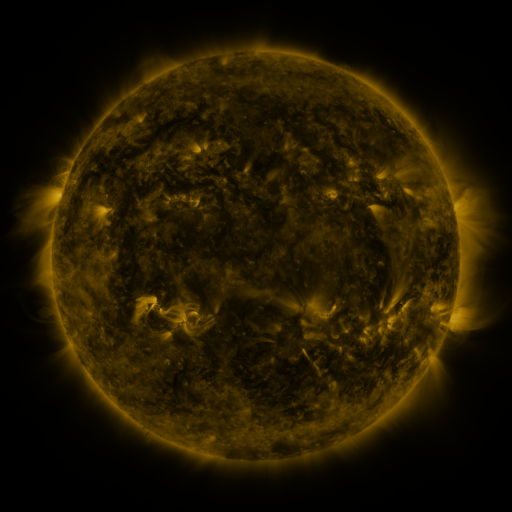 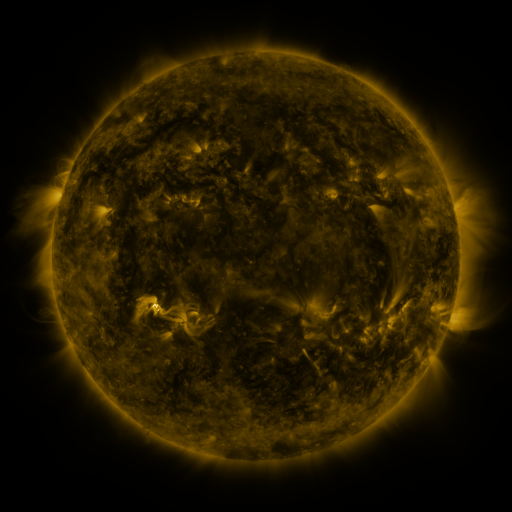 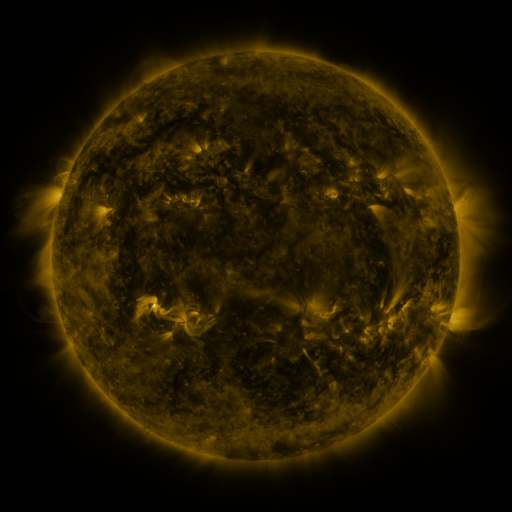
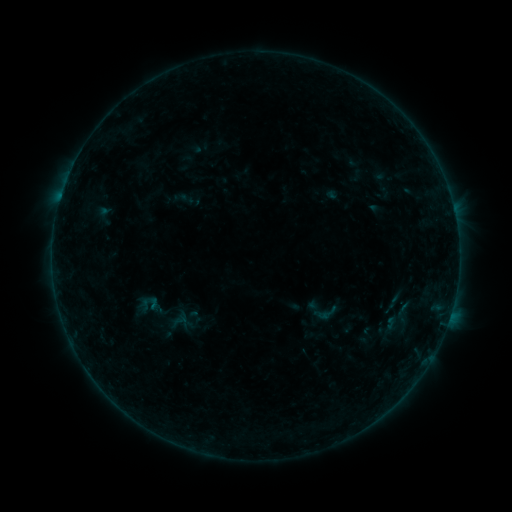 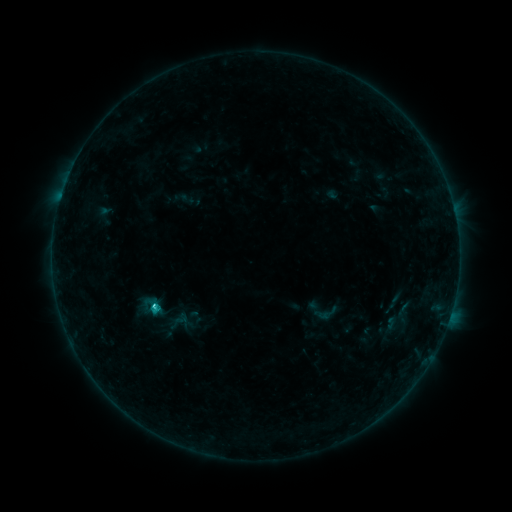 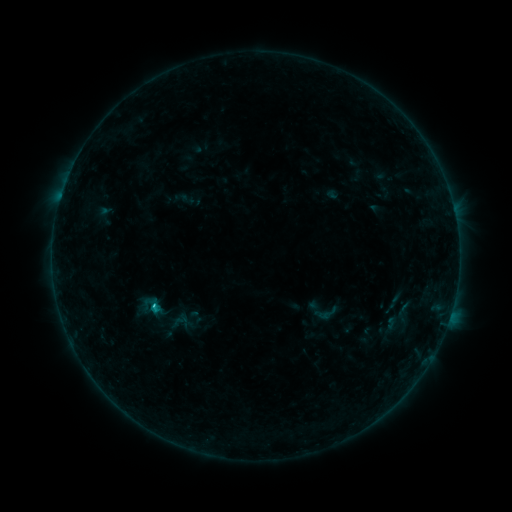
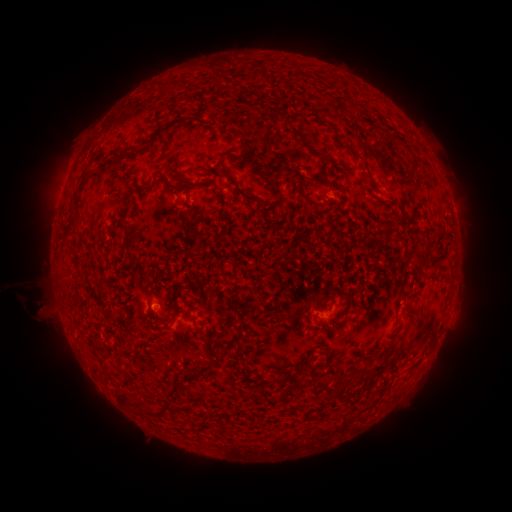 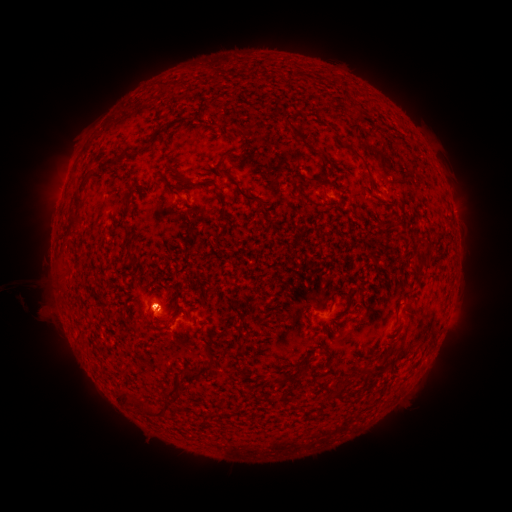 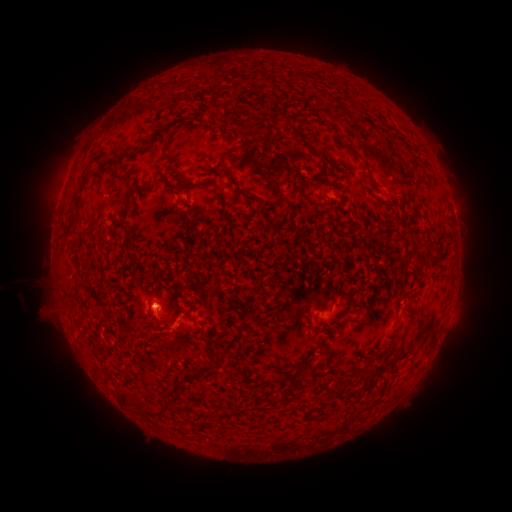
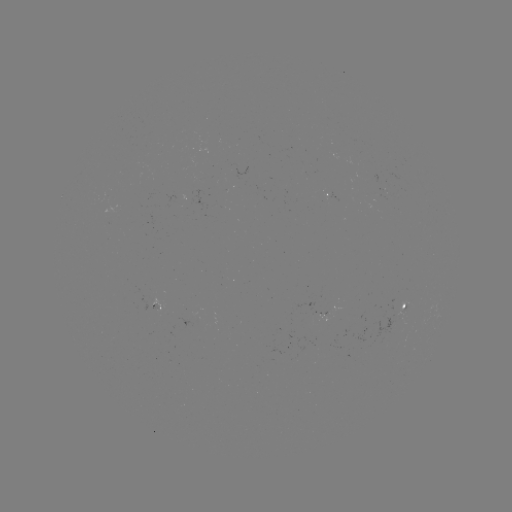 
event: eruption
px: (153, 309)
